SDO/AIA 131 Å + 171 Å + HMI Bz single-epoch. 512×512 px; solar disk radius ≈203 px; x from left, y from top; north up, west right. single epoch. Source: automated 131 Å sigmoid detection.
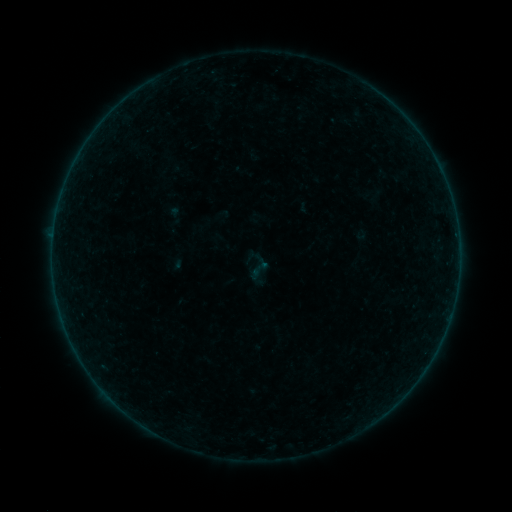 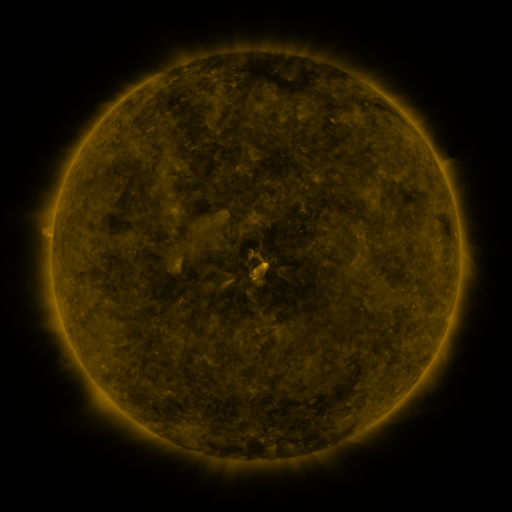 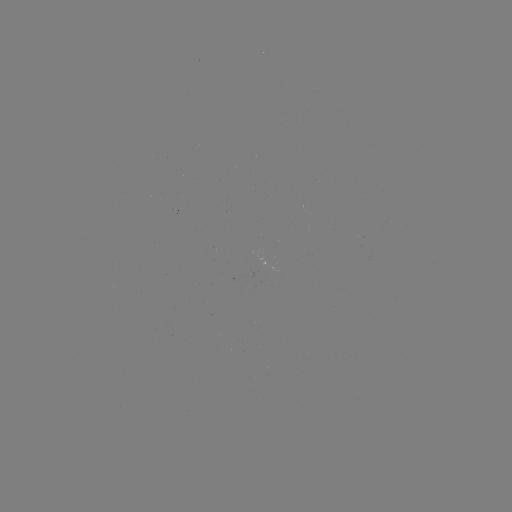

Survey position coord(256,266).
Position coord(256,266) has sigmoid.